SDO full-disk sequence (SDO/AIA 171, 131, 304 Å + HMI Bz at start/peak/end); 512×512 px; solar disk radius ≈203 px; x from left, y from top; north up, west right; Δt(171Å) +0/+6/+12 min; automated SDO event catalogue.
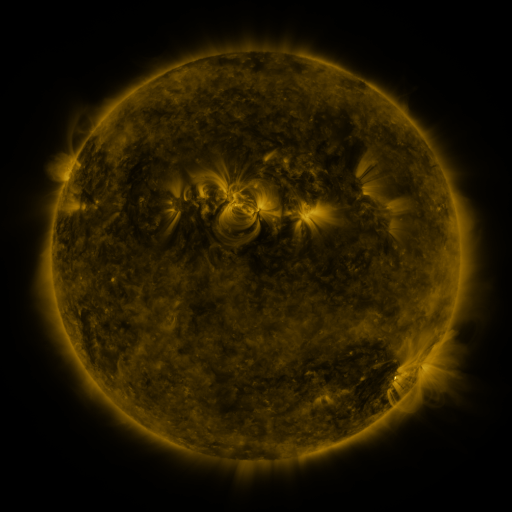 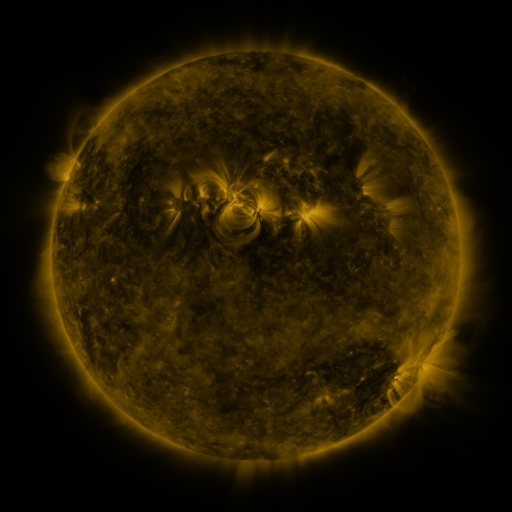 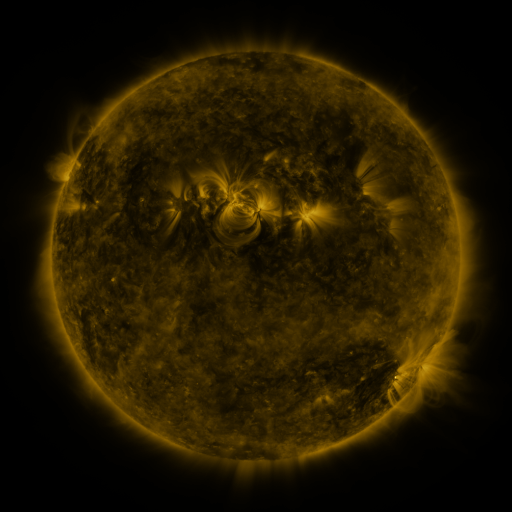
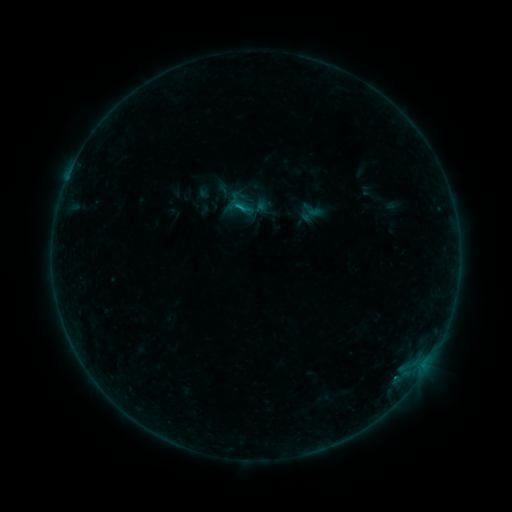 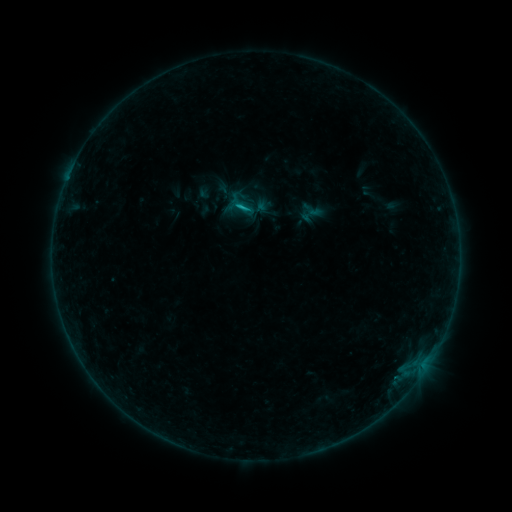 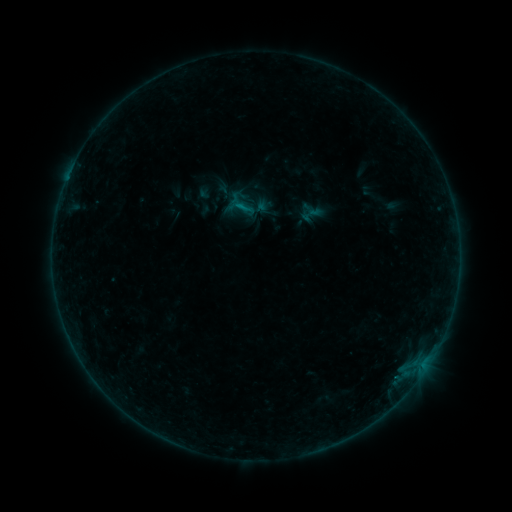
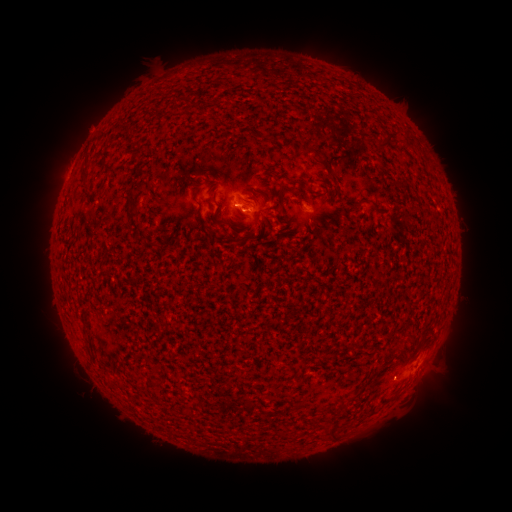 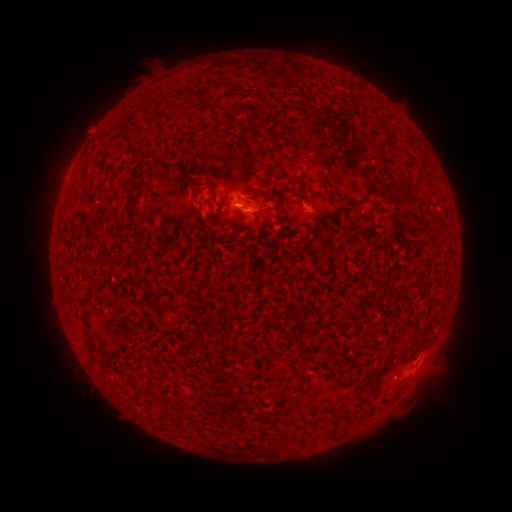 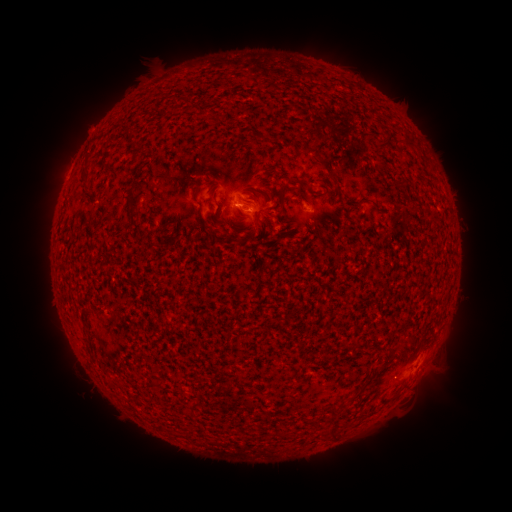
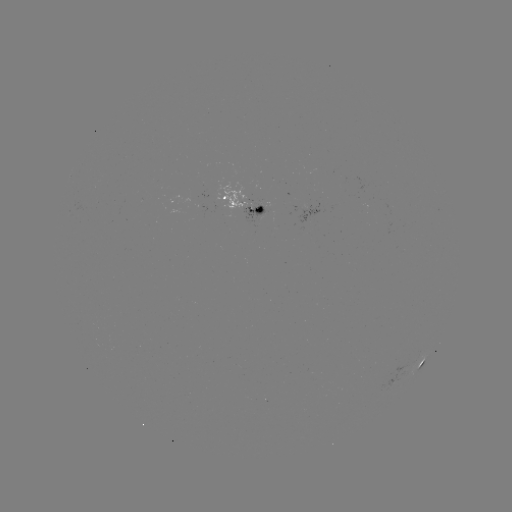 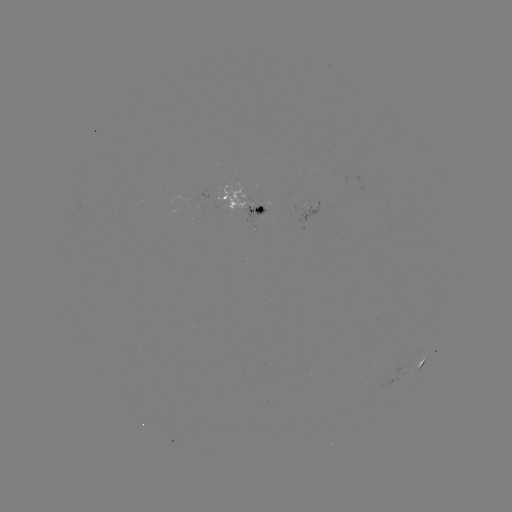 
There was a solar flare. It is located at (245, 213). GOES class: B6.1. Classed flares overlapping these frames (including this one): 1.